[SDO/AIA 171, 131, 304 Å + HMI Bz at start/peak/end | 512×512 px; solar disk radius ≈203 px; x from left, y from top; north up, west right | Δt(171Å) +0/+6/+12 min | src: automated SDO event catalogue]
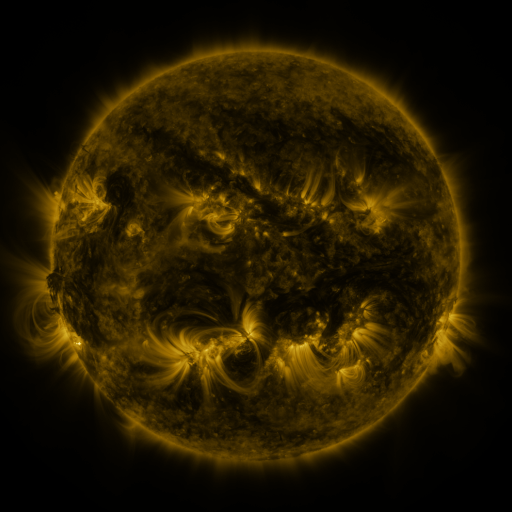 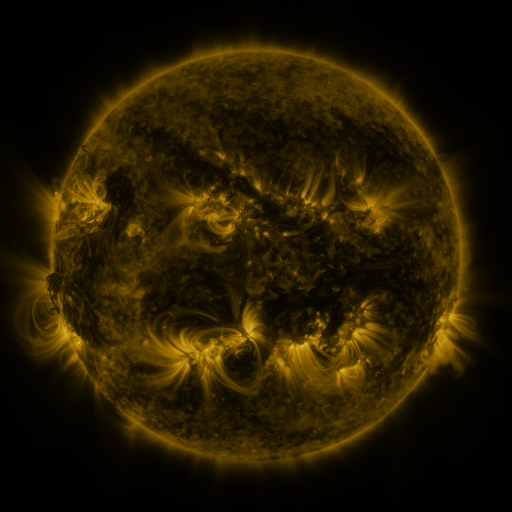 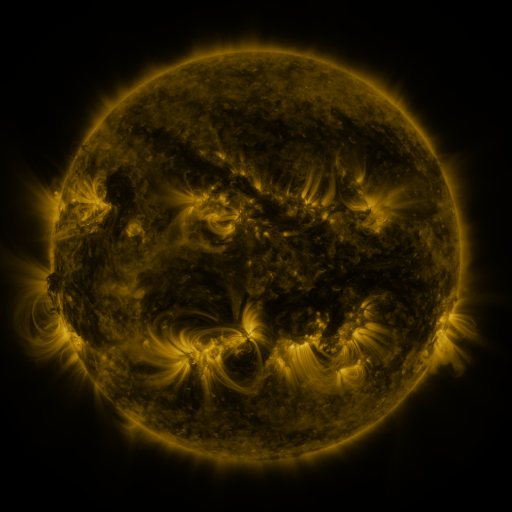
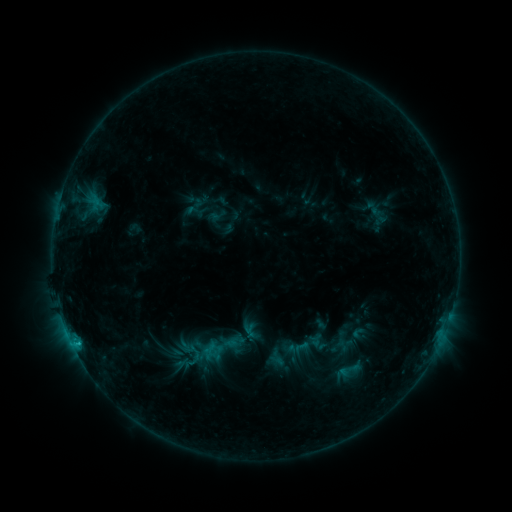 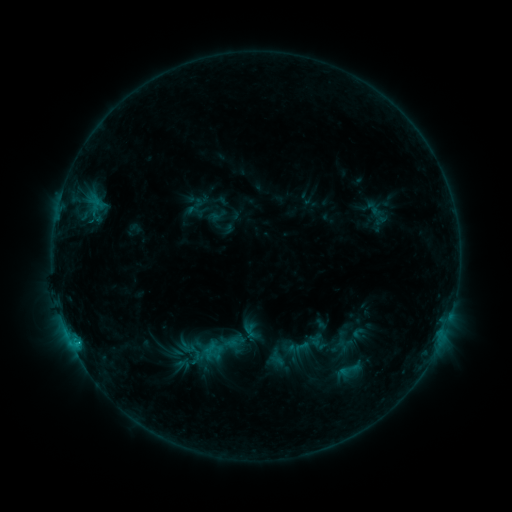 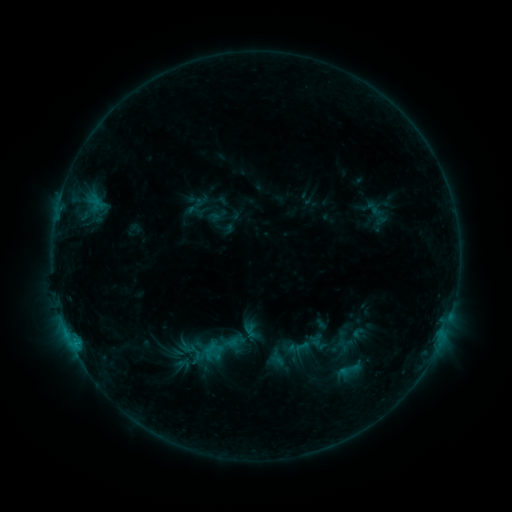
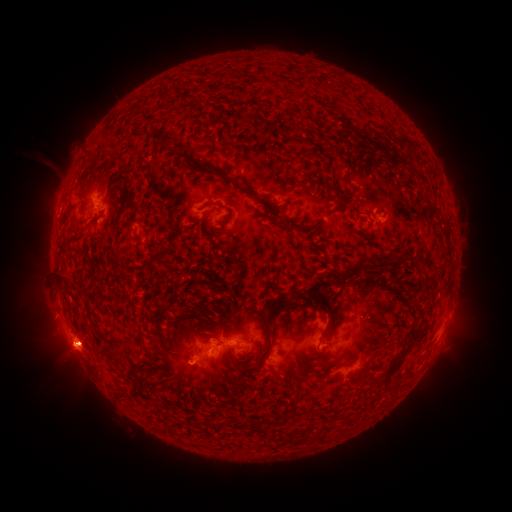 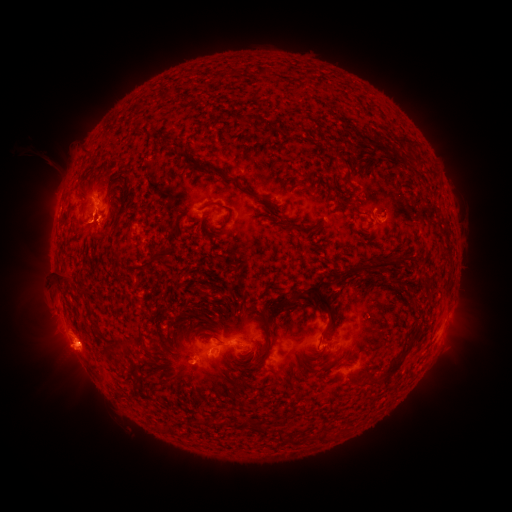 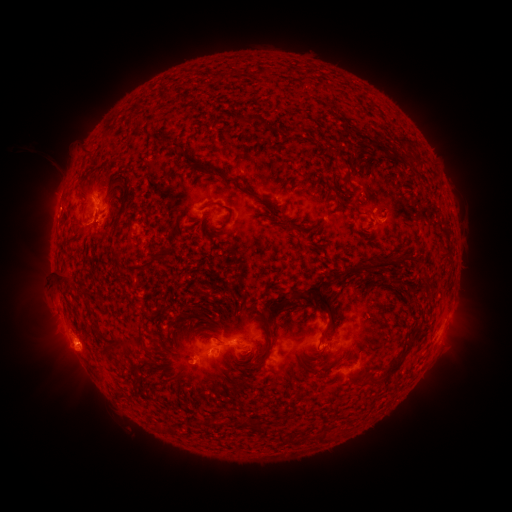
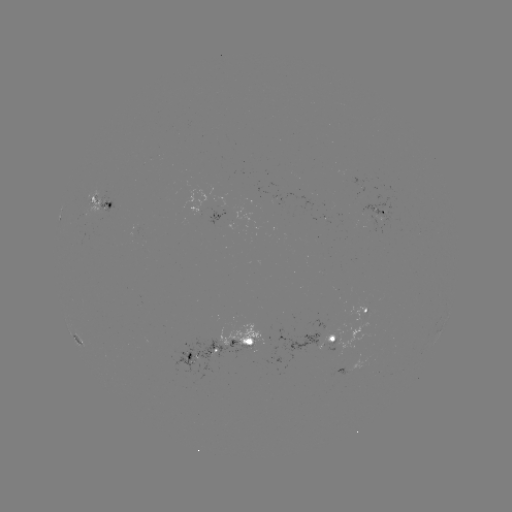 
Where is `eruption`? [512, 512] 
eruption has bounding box [61, 202, 119, 263].